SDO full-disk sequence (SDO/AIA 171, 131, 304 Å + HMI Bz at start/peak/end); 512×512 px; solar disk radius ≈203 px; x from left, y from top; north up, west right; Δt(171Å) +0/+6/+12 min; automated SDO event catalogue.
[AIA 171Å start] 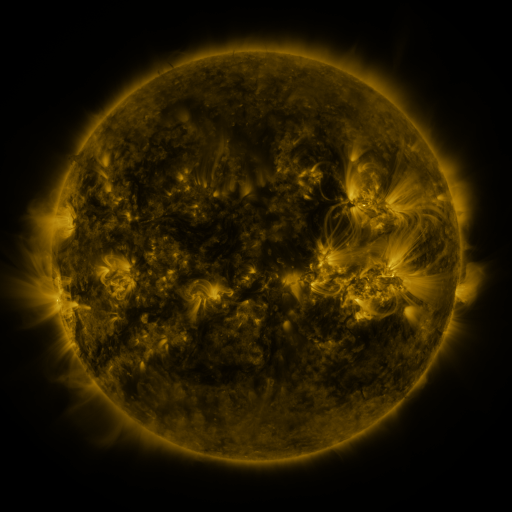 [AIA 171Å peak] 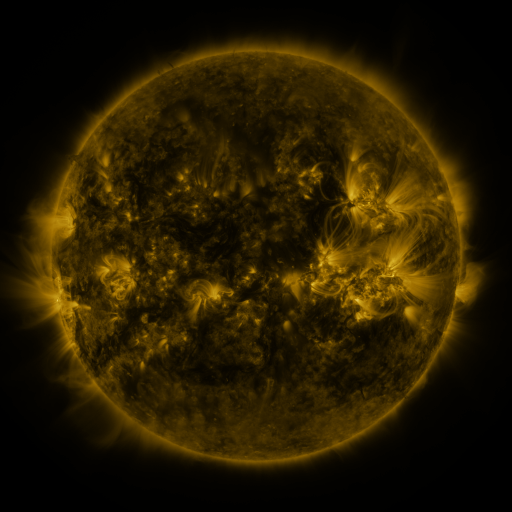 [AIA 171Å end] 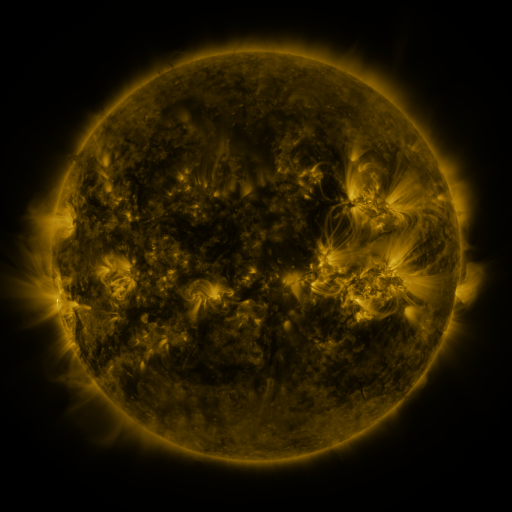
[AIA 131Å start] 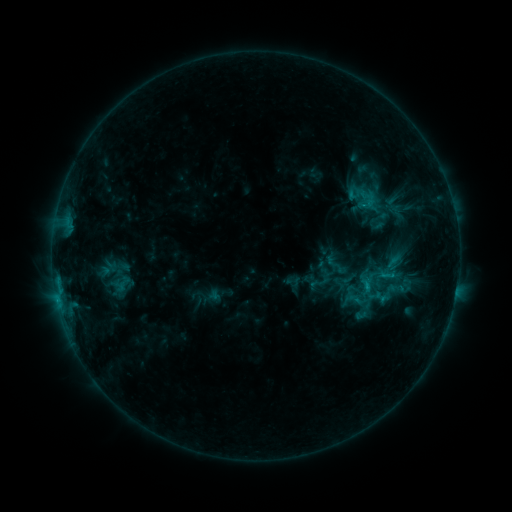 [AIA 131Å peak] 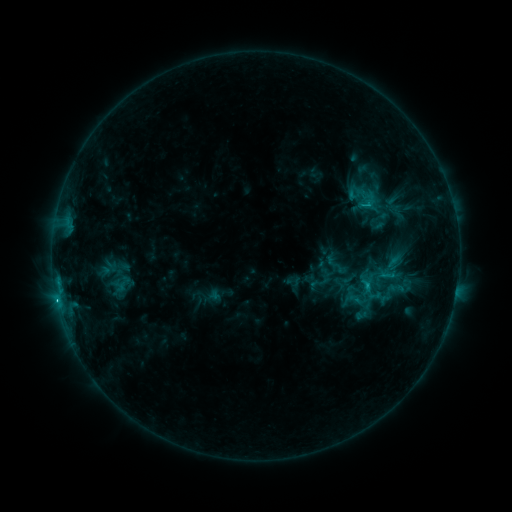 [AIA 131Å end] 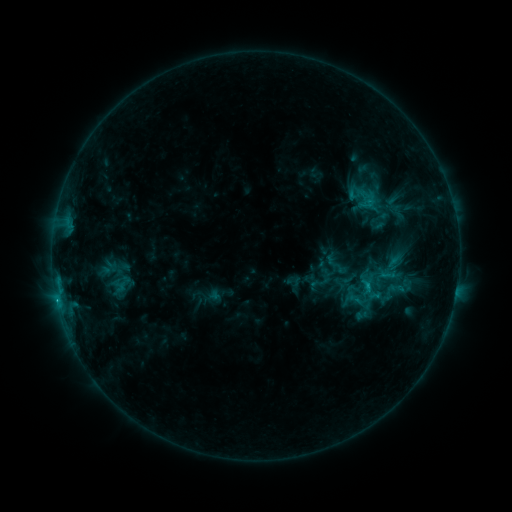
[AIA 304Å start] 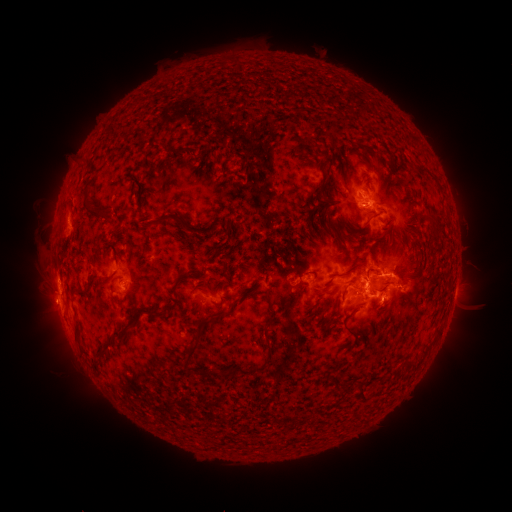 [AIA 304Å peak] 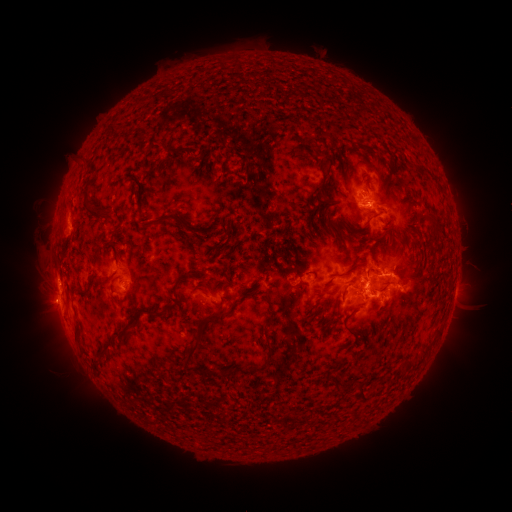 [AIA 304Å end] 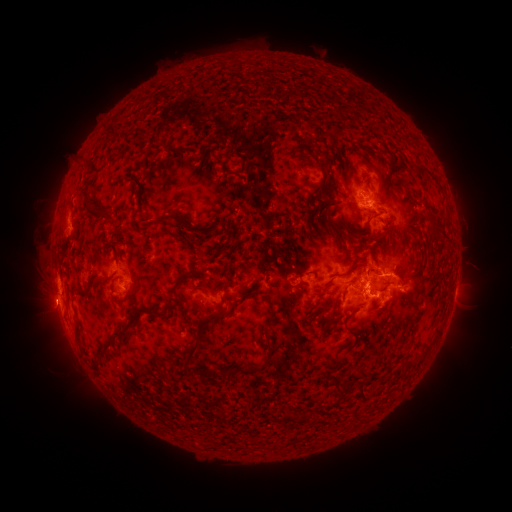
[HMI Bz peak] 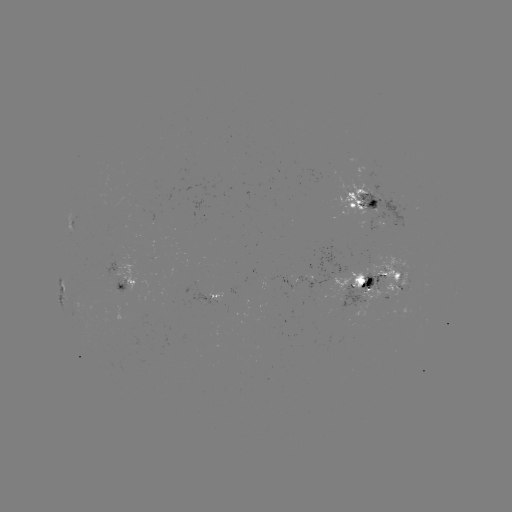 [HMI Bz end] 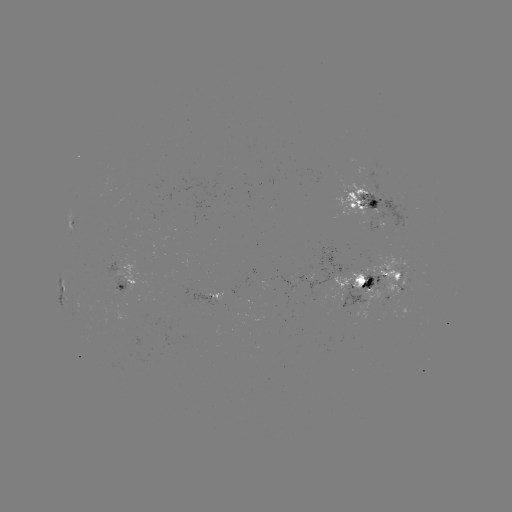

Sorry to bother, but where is C2.1 flare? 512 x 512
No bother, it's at (57, 297).